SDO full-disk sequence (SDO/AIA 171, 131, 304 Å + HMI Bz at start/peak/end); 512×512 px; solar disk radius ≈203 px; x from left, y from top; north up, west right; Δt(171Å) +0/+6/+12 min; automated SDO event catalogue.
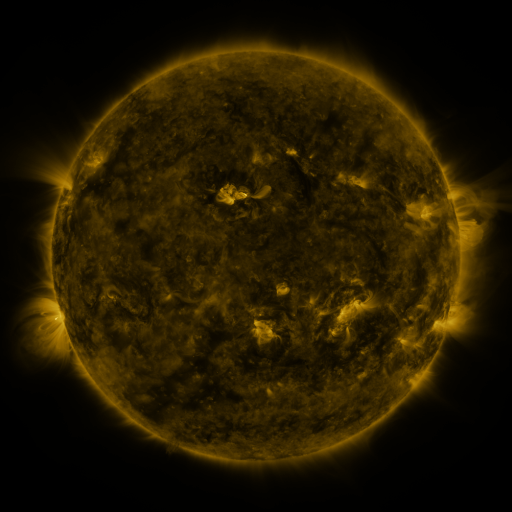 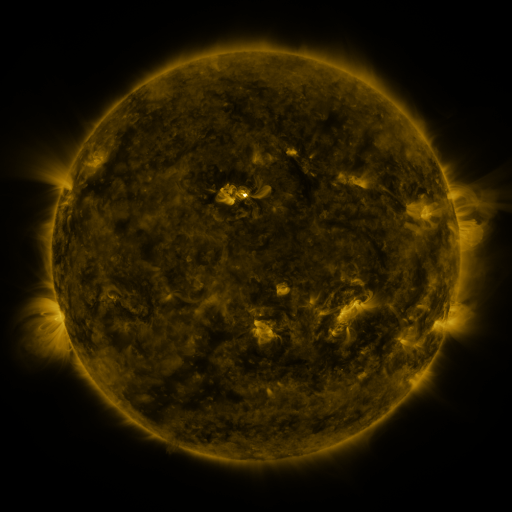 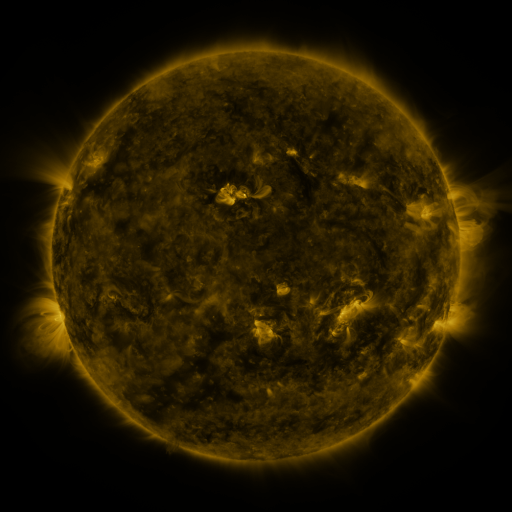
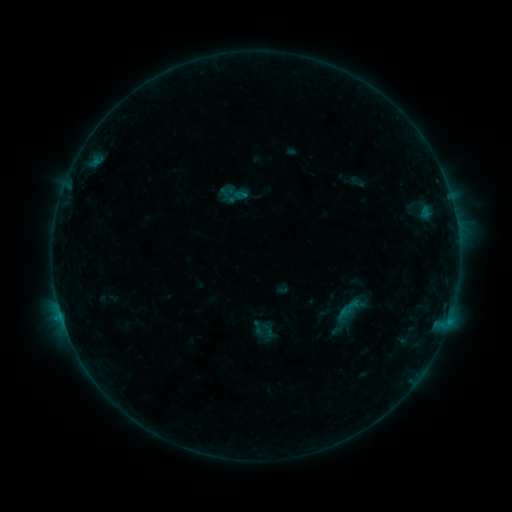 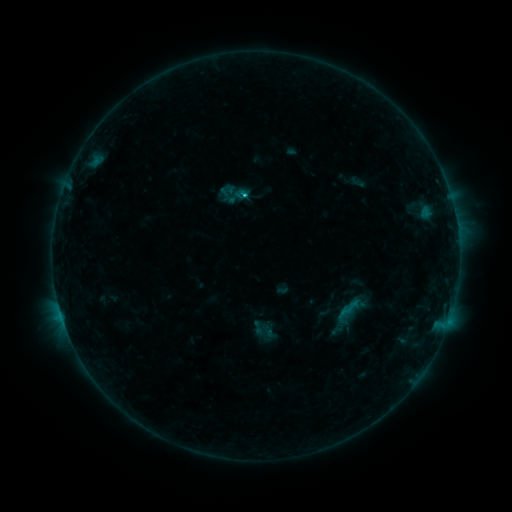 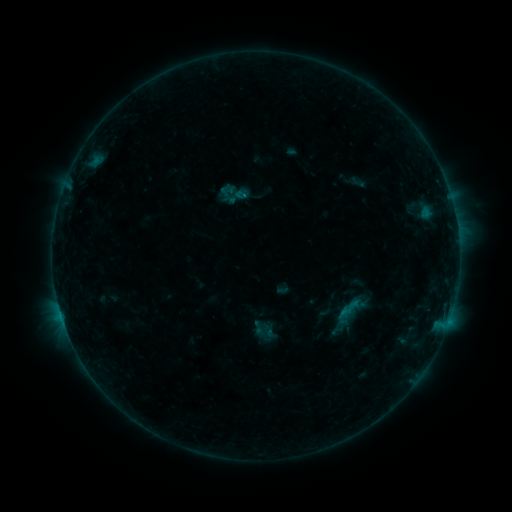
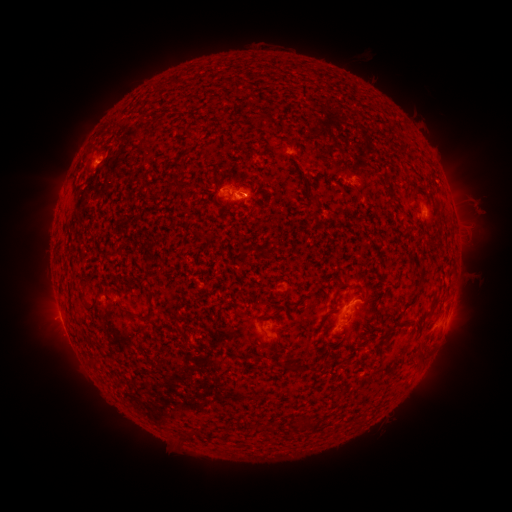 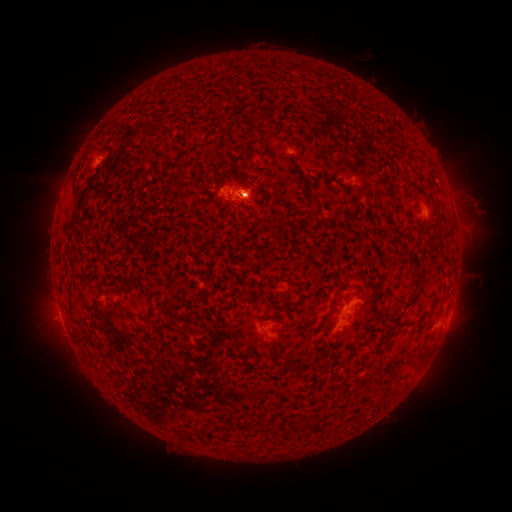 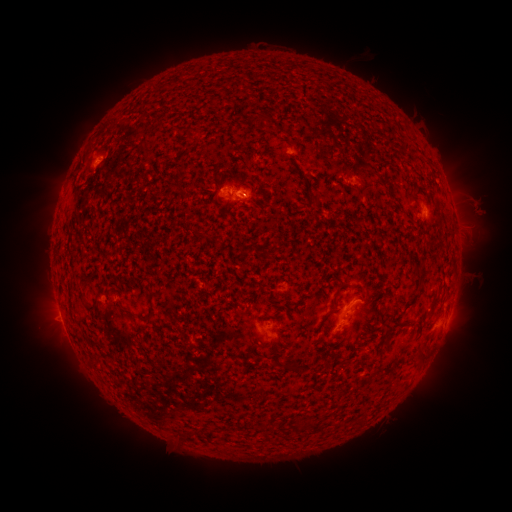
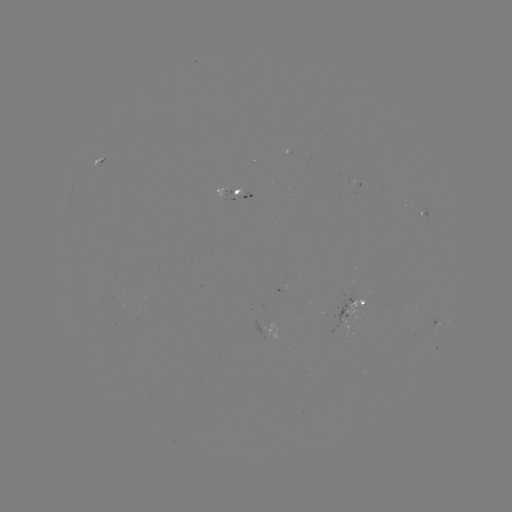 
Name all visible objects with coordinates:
B6.3 flare: (245, 199)
